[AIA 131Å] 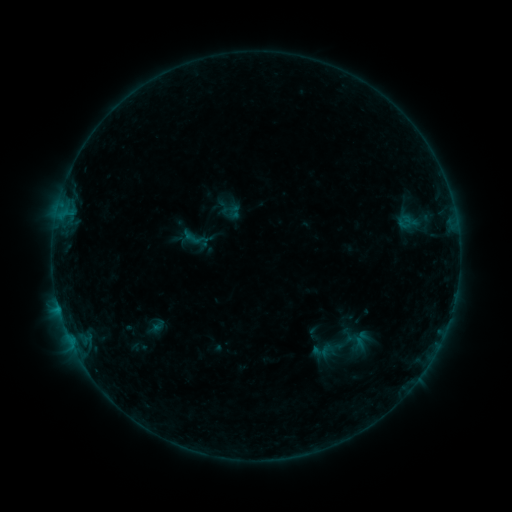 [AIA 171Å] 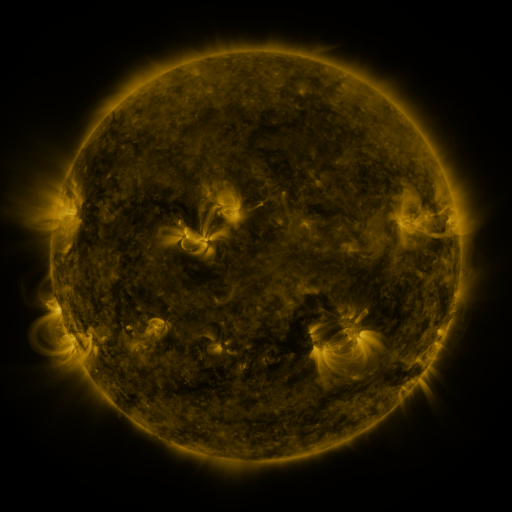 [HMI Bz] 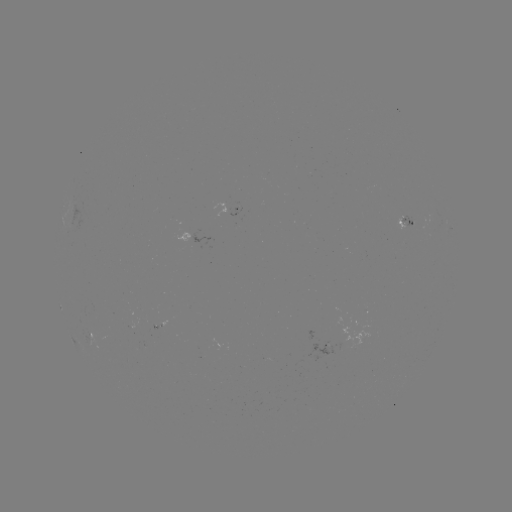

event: sigmoid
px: (196, 239)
